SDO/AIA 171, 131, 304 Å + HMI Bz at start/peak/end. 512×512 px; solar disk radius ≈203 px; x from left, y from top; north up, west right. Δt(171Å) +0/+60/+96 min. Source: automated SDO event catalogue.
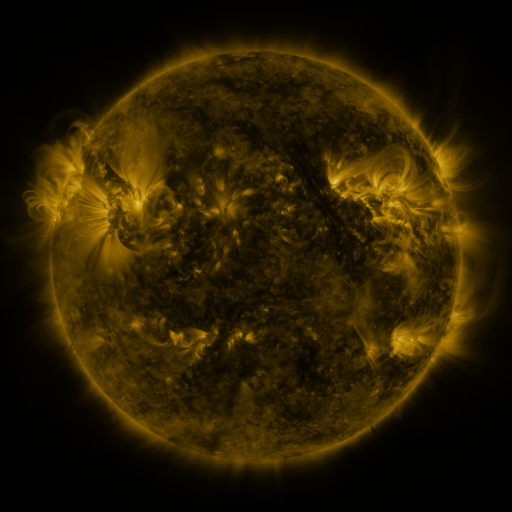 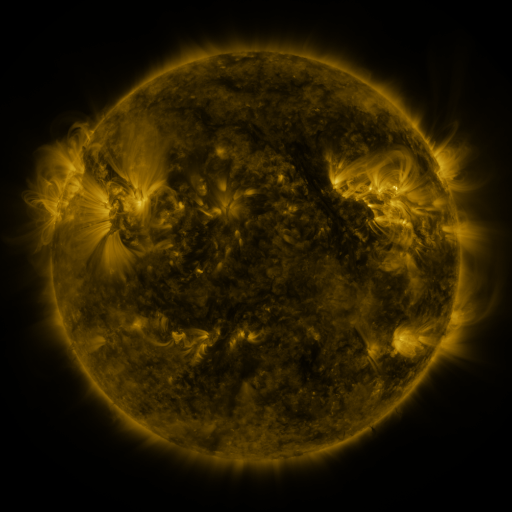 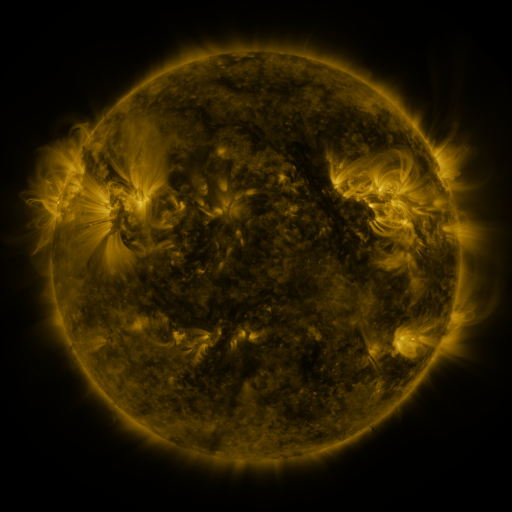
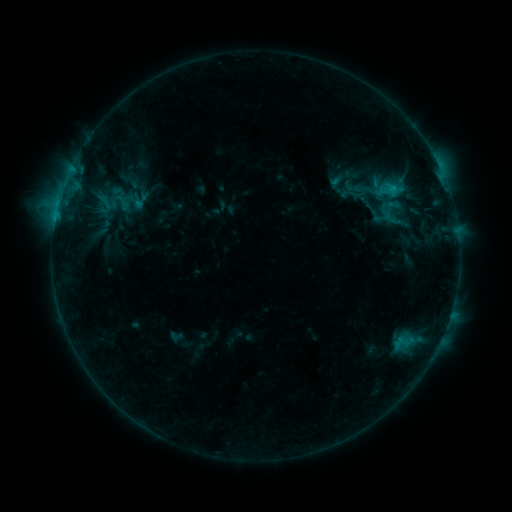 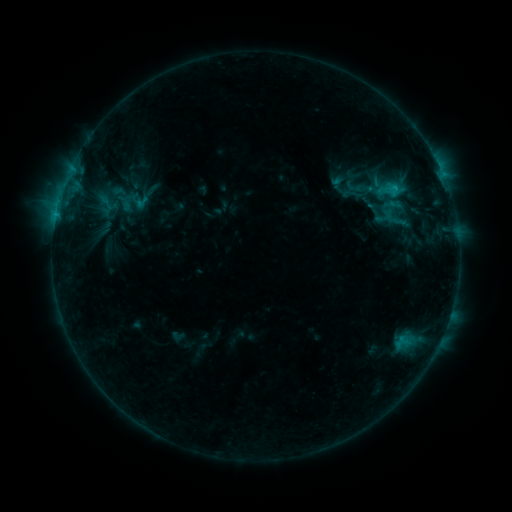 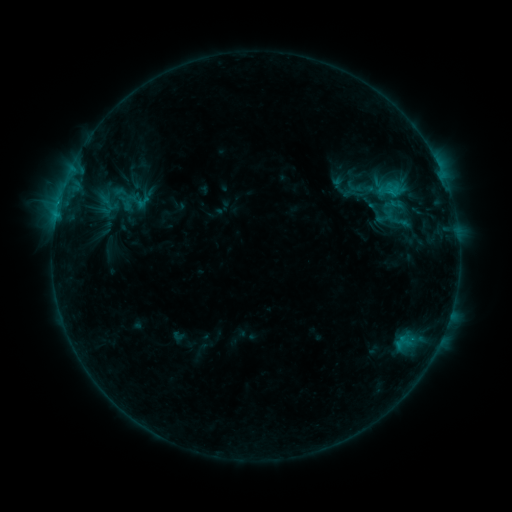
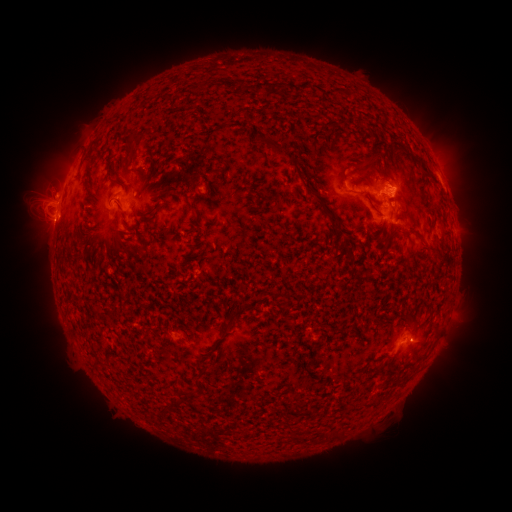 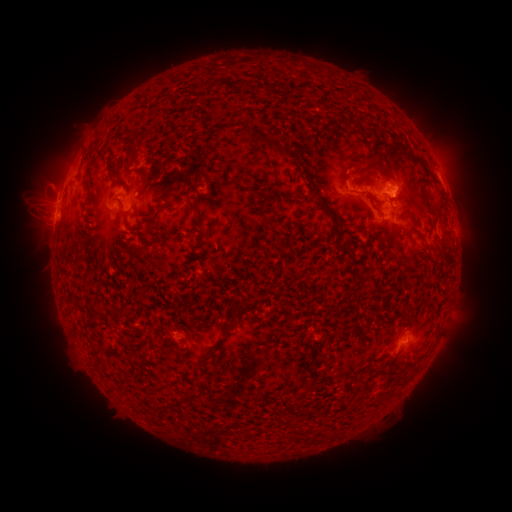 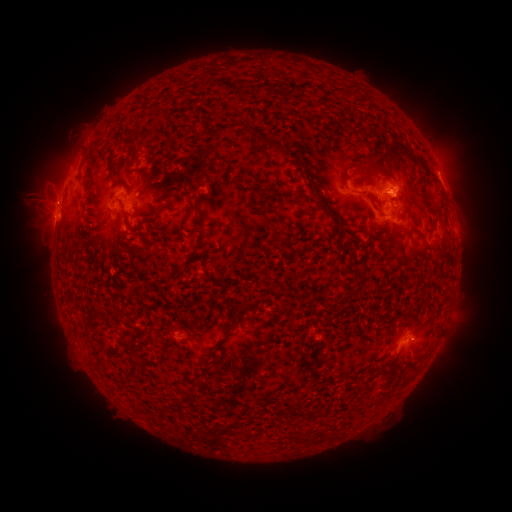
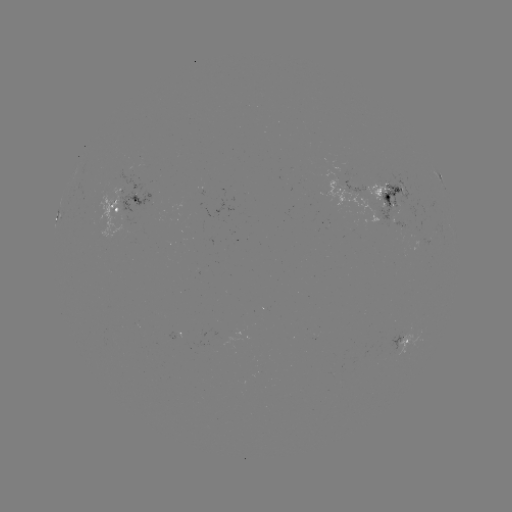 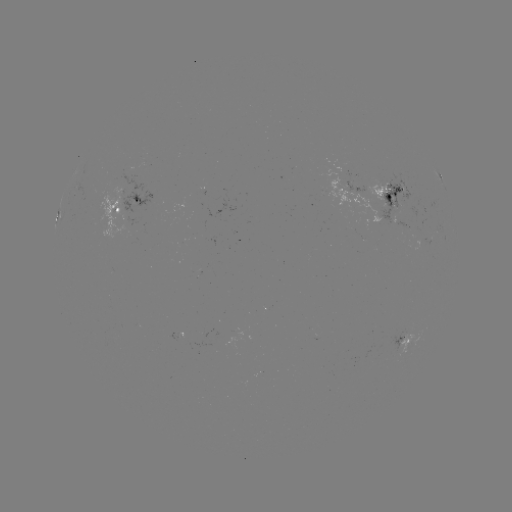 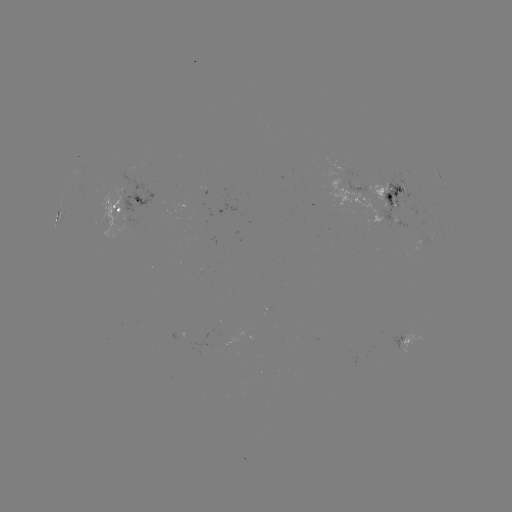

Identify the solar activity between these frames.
emerging-flux region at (126, 189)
